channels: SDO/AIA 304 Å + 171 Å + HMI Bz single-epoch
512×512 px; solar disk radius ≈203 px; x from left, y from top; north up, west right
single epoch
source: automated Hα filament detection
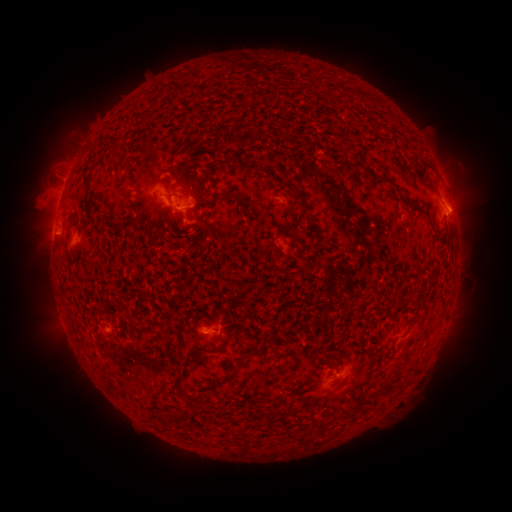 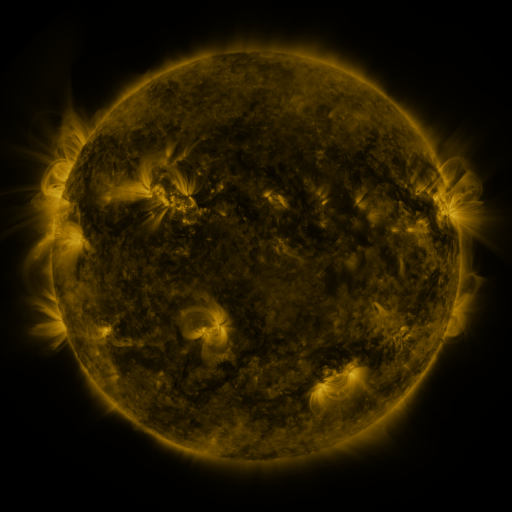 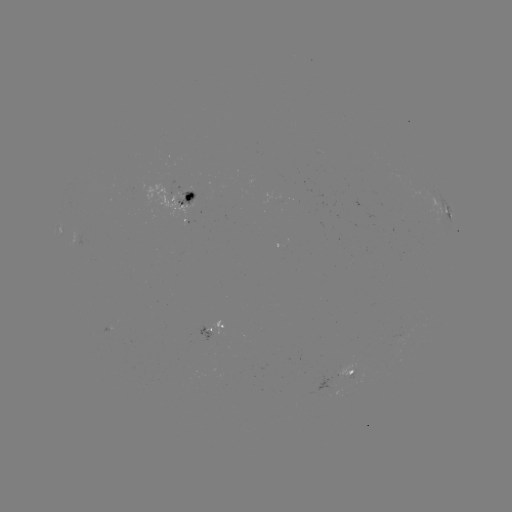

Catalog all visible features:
filament: <bbox>251, 108, 259, 126</bbox>
filament: <bbox>227, 131, 235, 144</bbox>
filament: <bbox>82, 172, 90, 181</bbox>
filament: <bbox>275, 178, 295, 192</bbox>
filament: <bbox>239, 350, 260, 361</bbox>
filament: <bbox>173, 371, 184, 389</bbox>
